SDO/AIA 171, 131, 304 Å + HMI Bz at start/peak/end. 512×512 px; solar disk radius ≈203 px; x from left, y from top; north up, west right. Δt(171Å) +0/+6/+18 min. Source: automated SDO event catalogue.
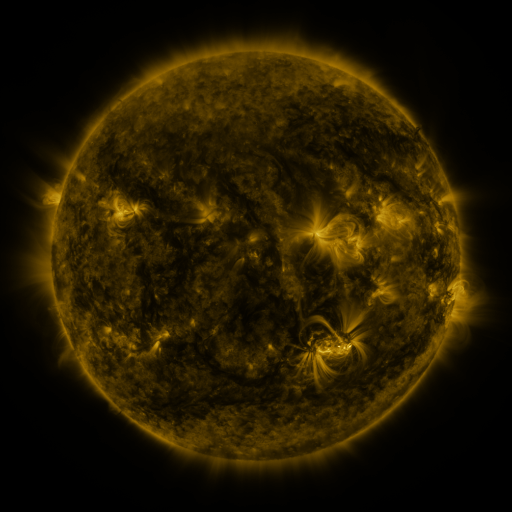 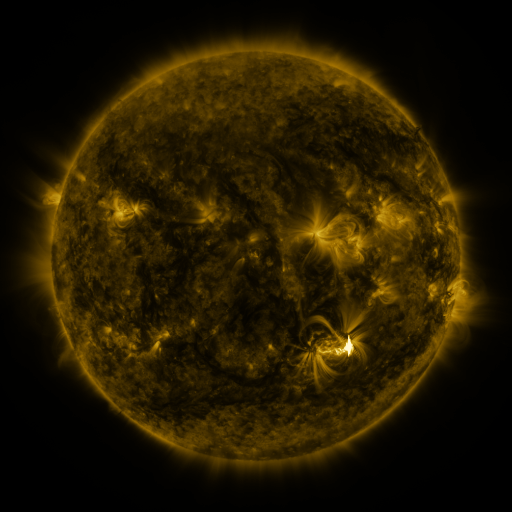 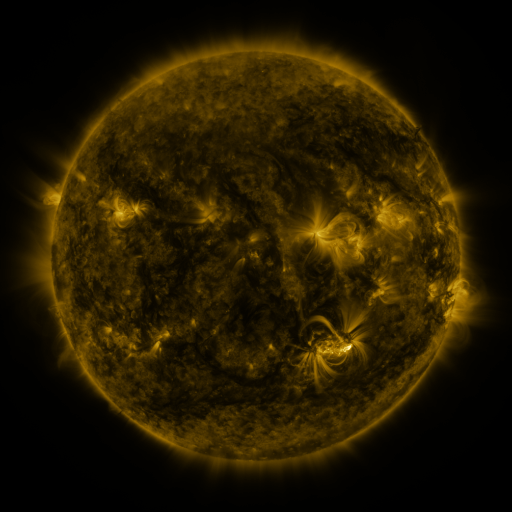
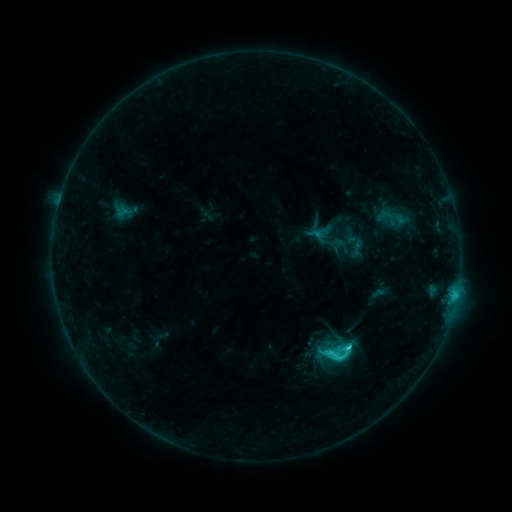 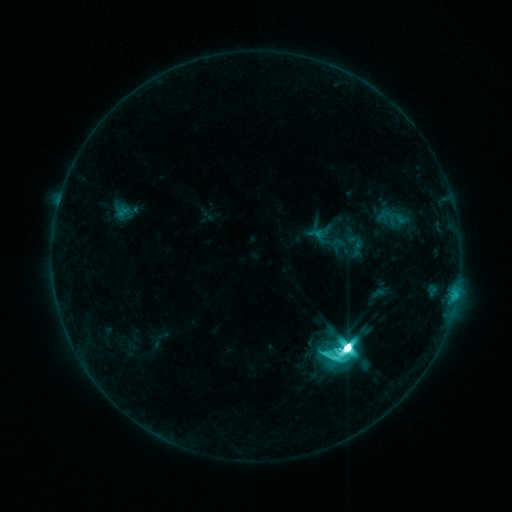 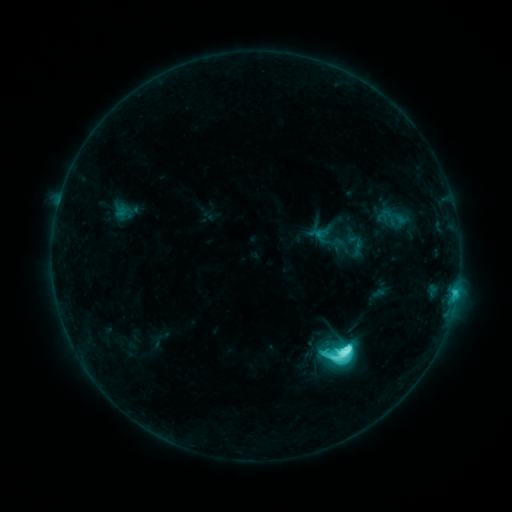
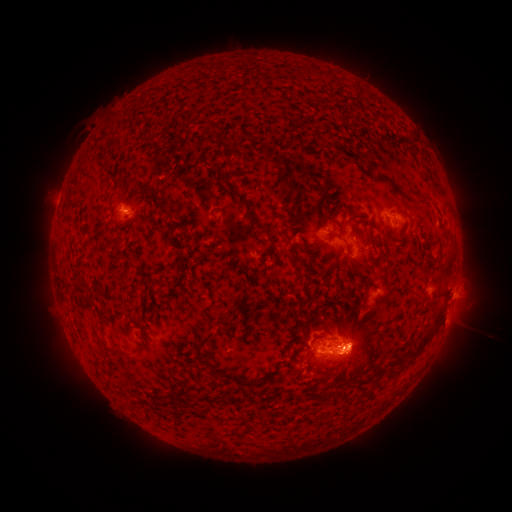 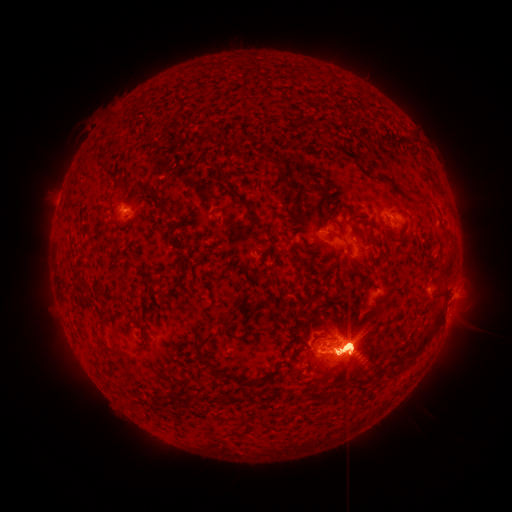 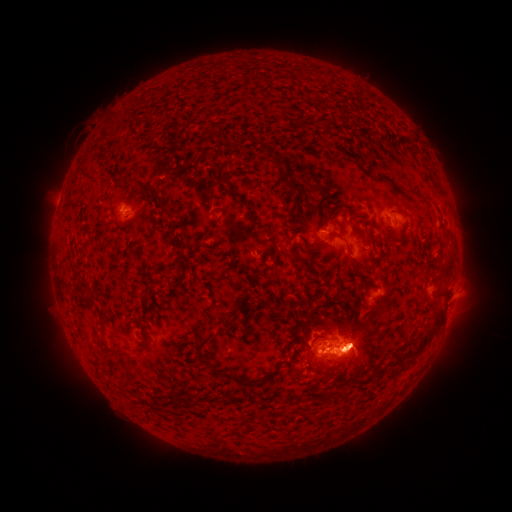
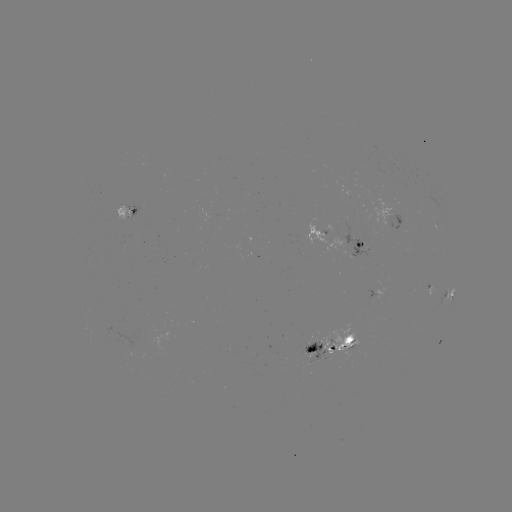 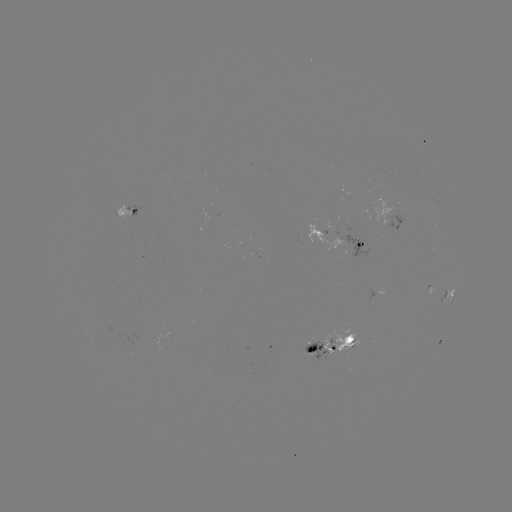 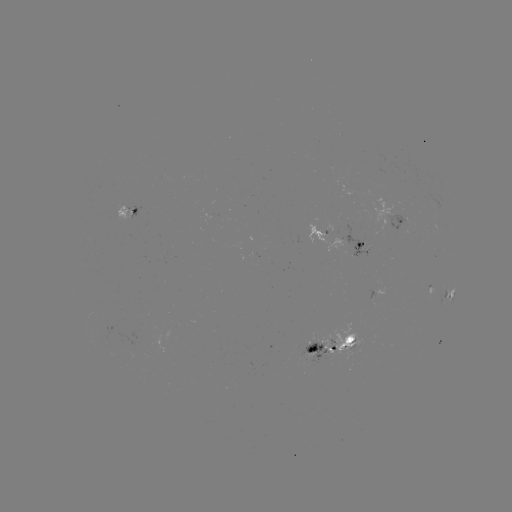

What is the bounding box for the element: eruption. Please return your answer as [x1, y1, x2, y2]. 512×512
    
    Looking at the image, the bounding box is [233, 268, 465, 433].